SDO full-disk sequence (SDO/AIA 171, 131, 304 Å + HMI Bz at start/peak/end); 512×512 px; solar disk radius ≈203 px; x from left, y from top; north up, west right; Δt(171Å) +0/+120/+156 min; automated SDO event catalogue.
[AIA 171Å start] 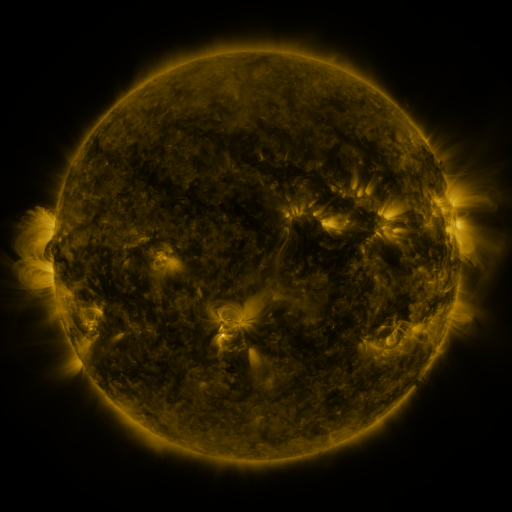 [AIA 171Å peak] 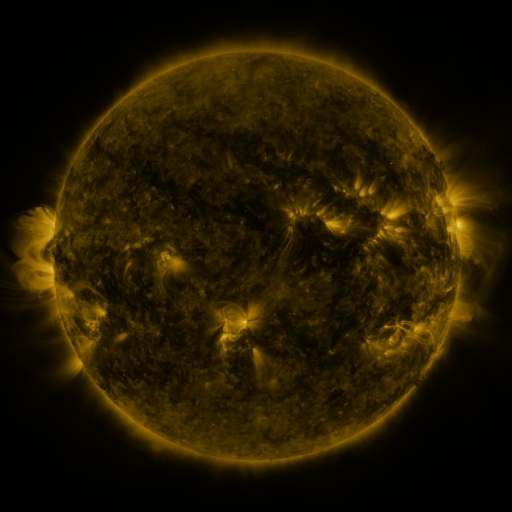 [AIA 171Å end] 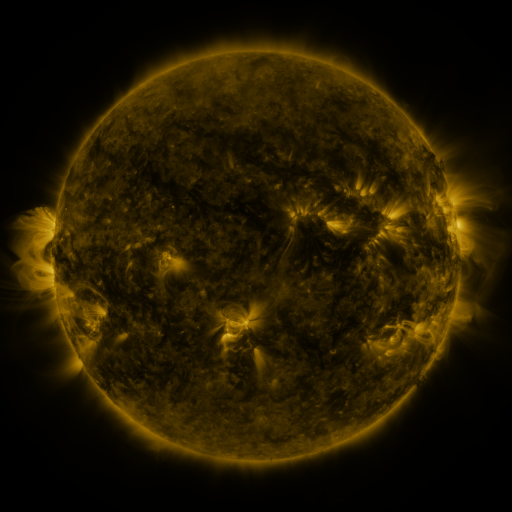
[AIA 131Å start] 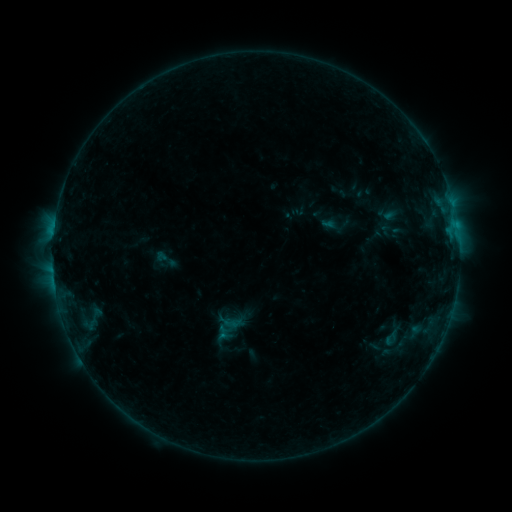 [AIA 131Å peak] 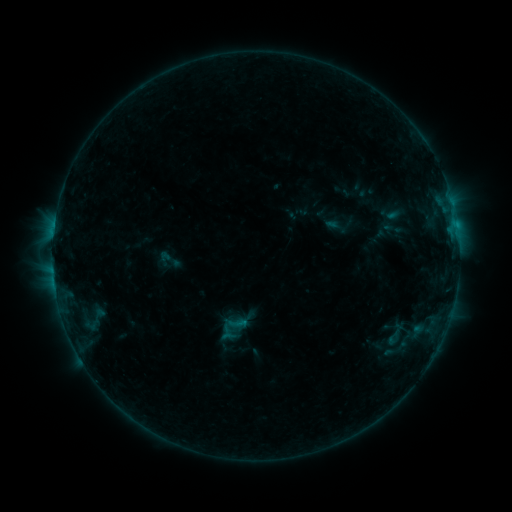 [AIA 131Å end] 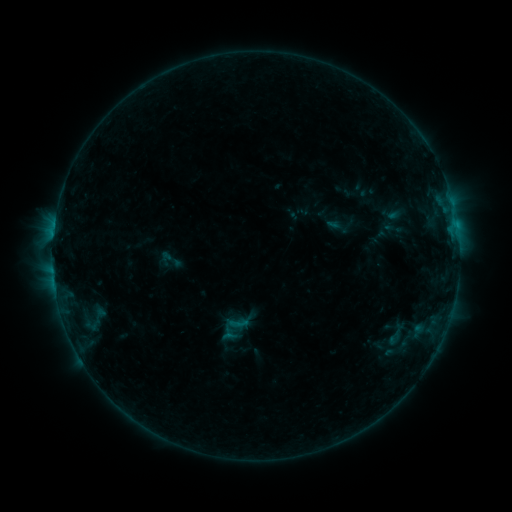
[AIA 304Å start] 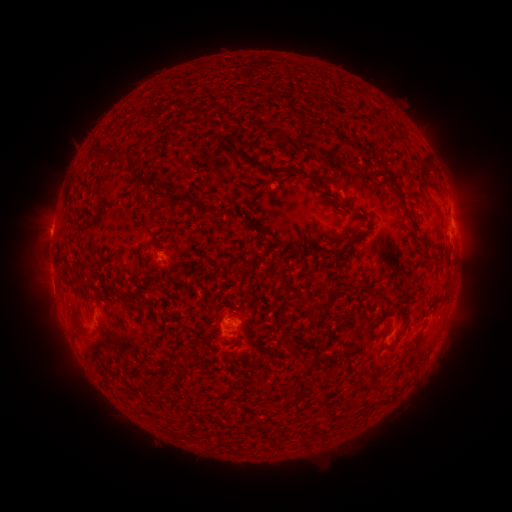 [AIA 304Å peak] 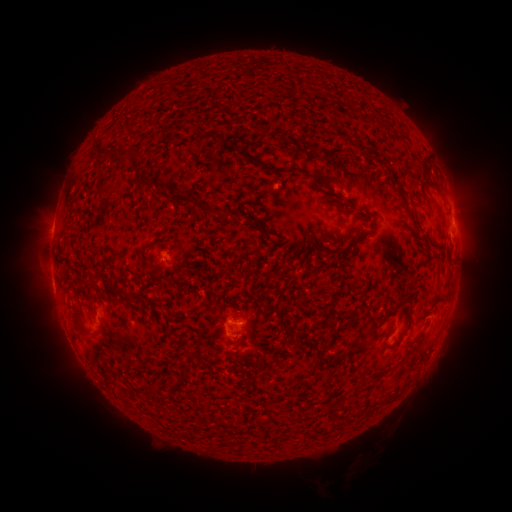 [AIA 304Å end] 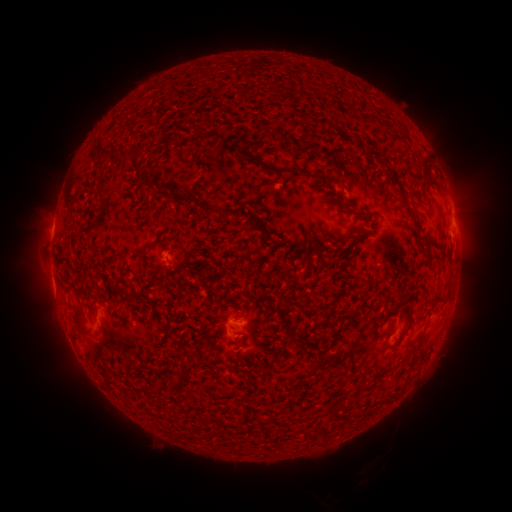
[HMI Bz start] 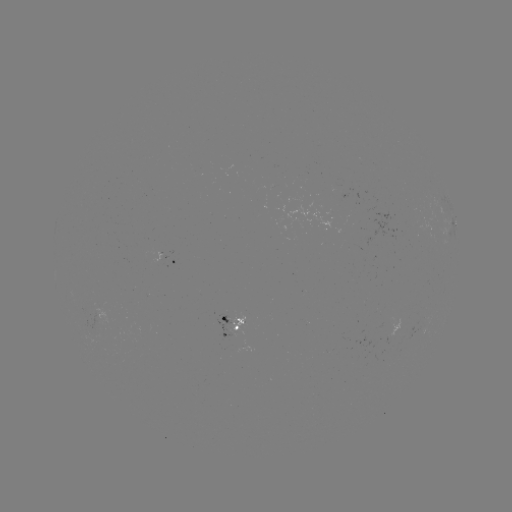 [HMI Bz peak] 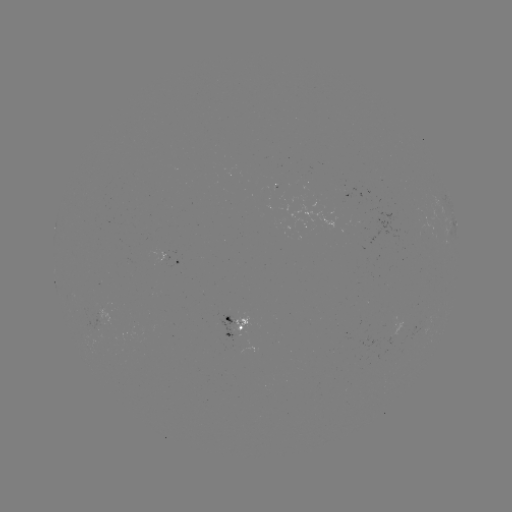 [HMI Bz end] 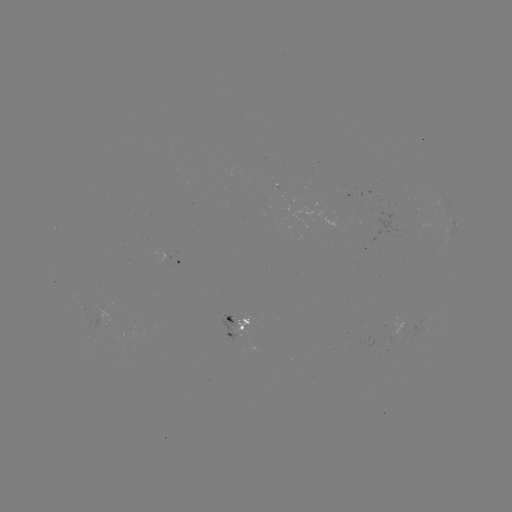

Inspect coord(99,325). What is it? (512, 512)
emerging-flux region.